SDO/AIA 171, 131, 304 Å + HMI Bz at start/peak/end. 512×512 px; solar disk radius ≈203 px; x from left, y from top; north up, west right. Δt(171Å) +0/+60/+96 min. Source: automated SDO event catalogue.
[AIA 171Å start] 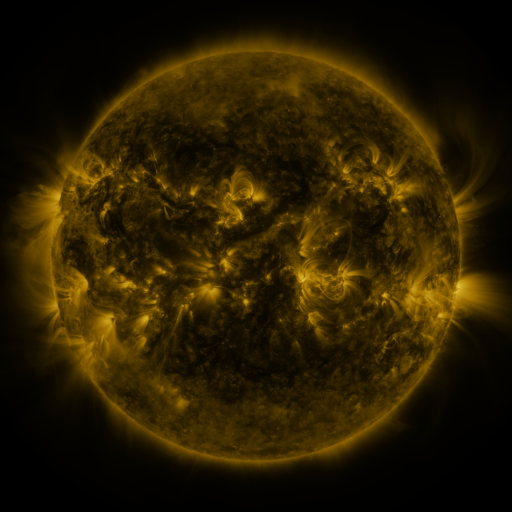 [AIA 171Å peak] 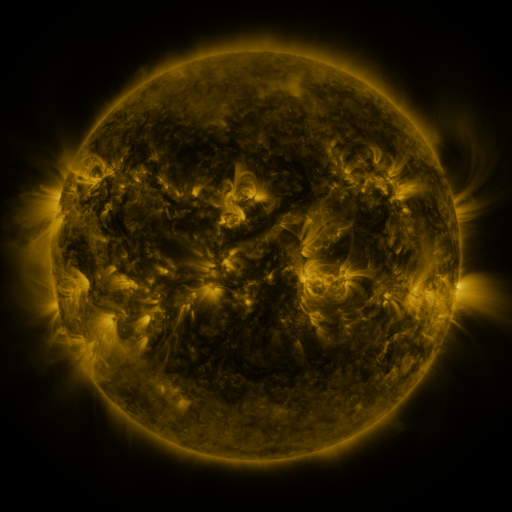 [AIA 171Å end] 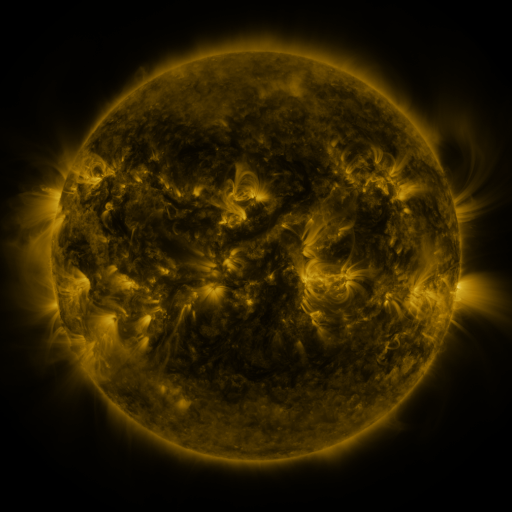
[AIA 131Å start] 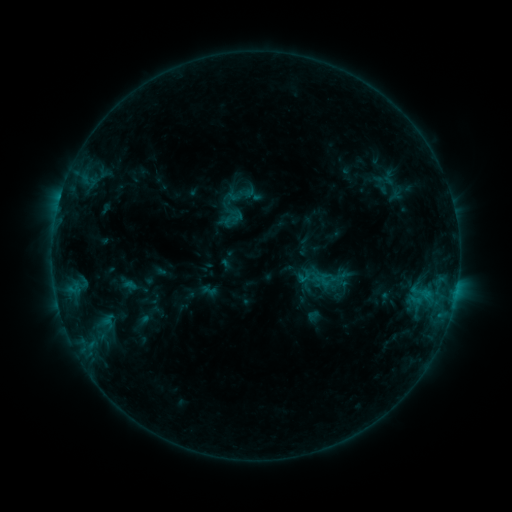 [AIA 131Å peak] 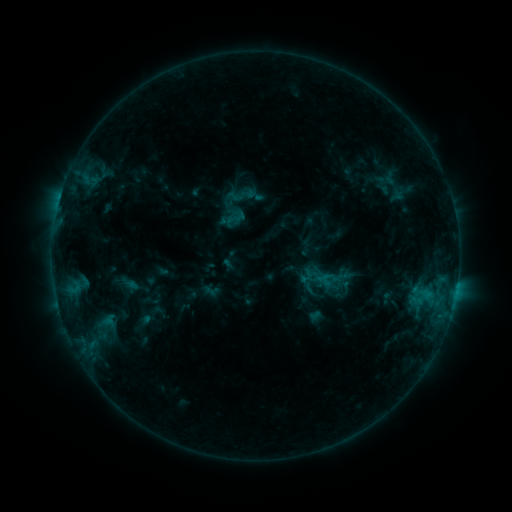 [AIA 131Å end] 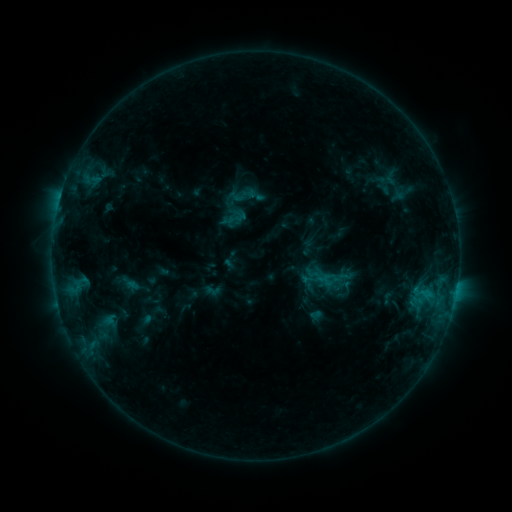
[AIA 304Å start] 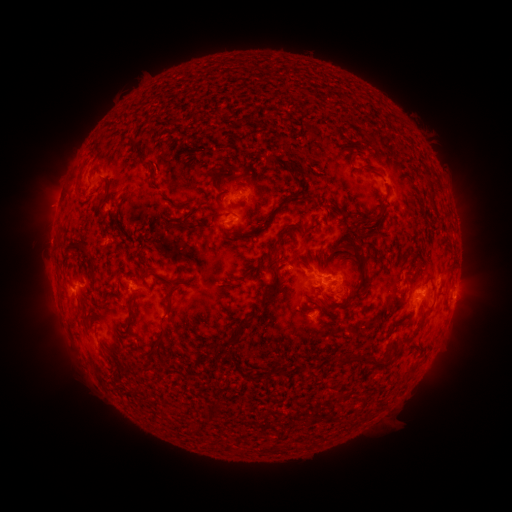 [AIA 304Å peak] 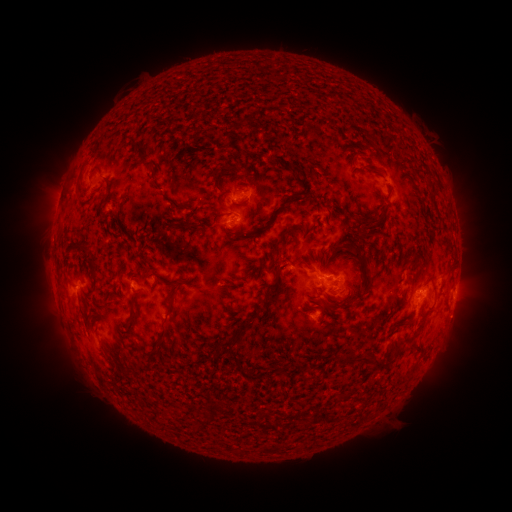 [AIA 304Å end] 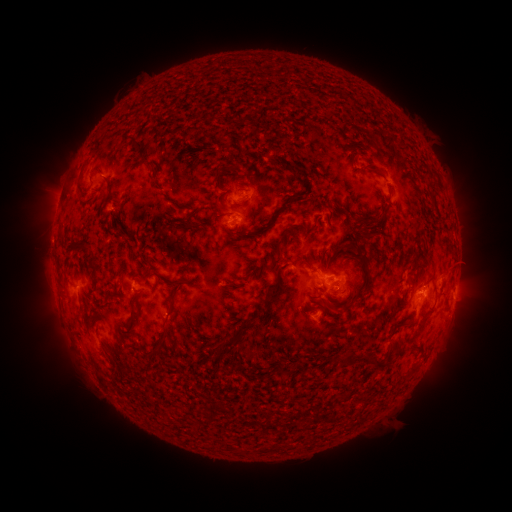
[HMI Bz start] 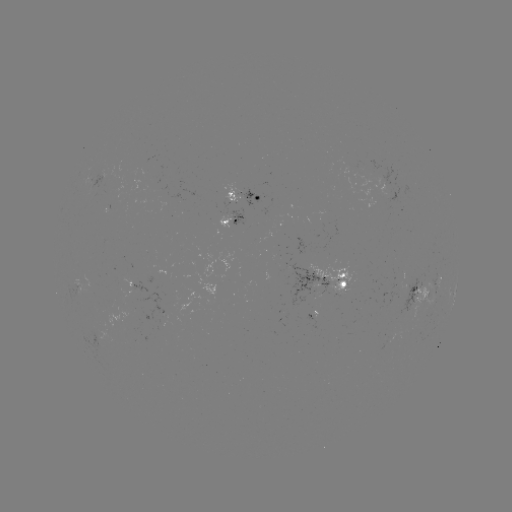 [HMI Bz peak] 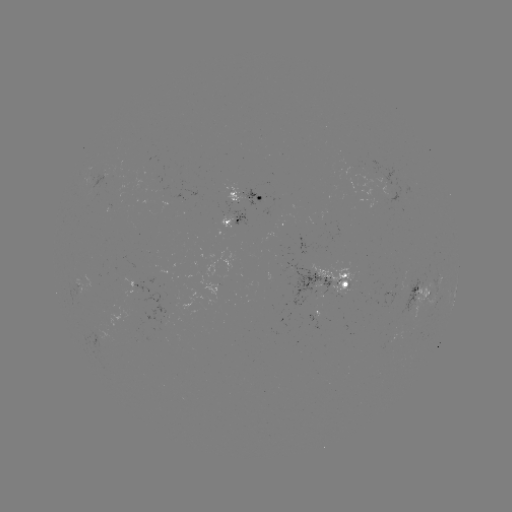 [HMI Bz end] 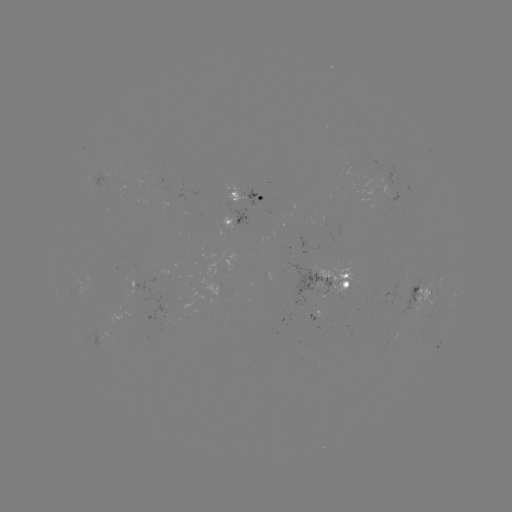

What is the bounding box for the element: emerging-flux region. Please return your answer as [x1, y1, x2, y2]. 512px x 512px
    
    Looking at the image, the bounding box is [101, 305, 144, 330].